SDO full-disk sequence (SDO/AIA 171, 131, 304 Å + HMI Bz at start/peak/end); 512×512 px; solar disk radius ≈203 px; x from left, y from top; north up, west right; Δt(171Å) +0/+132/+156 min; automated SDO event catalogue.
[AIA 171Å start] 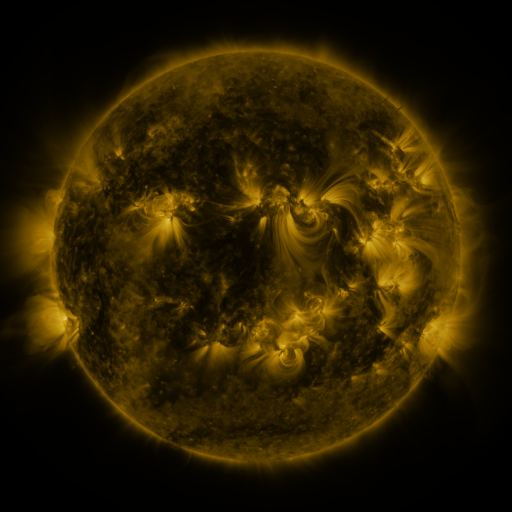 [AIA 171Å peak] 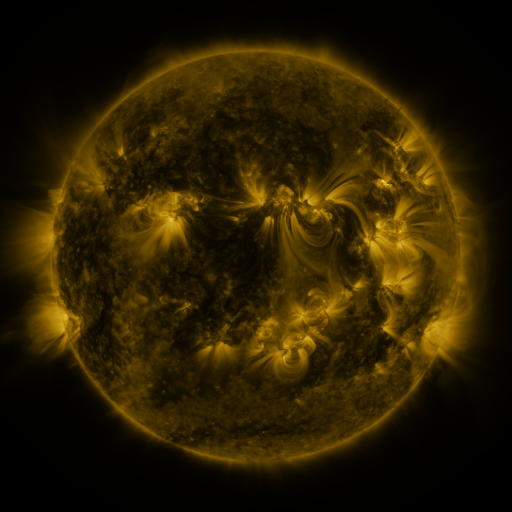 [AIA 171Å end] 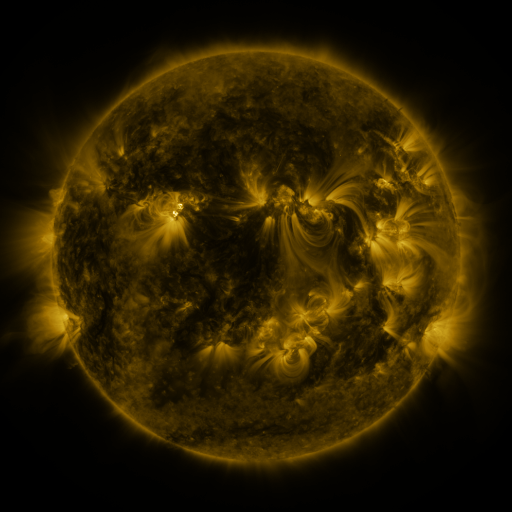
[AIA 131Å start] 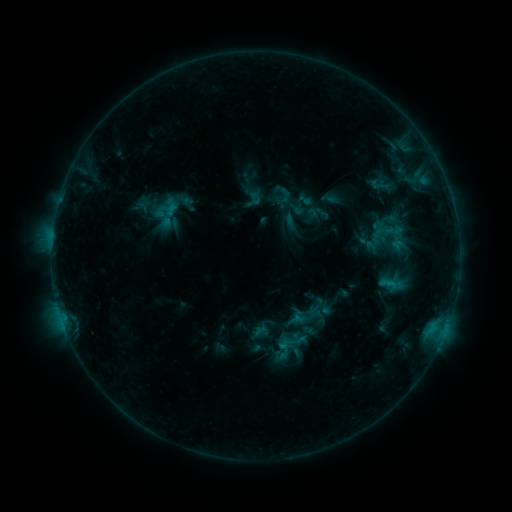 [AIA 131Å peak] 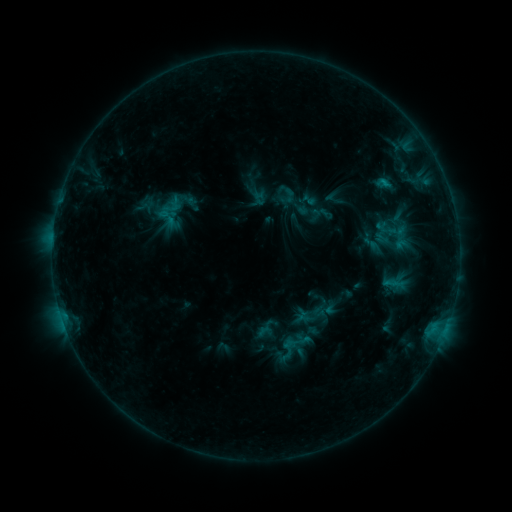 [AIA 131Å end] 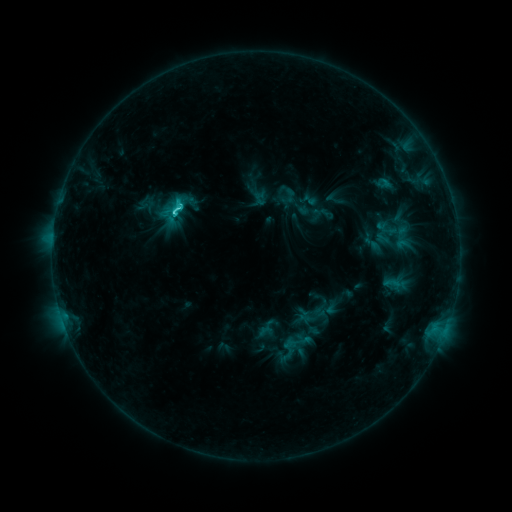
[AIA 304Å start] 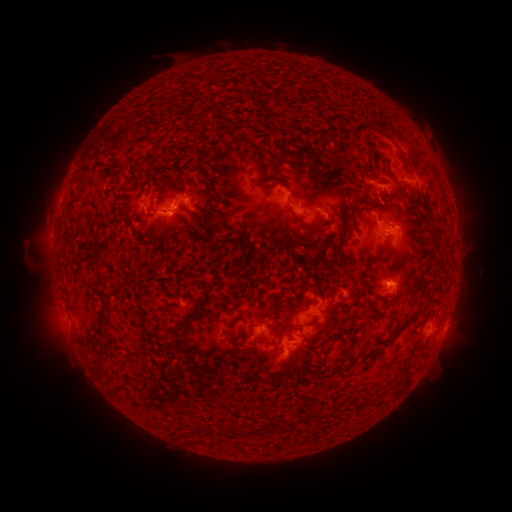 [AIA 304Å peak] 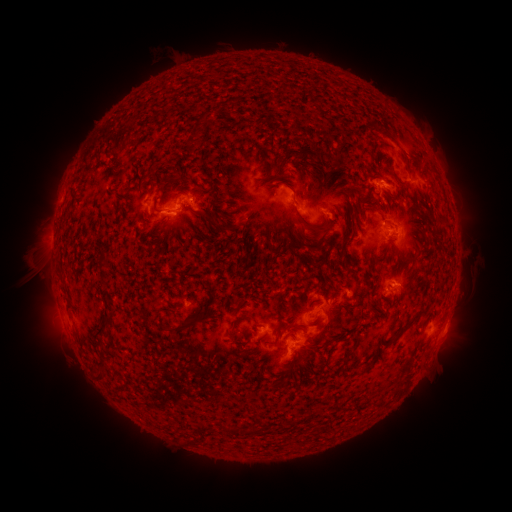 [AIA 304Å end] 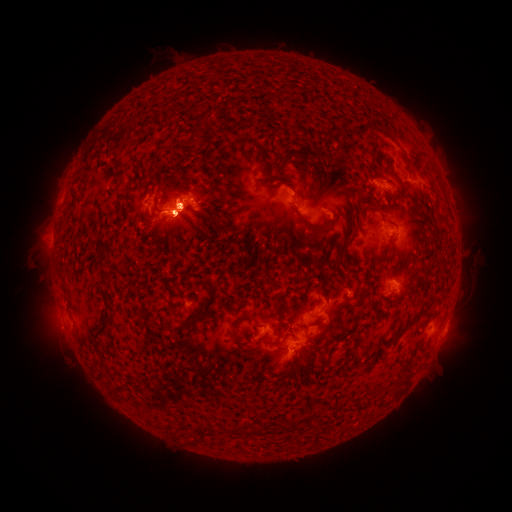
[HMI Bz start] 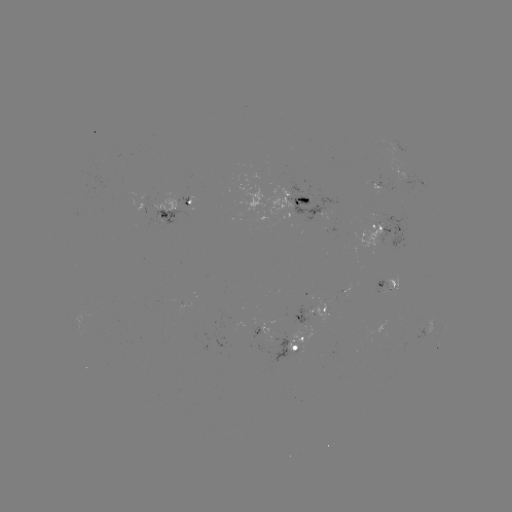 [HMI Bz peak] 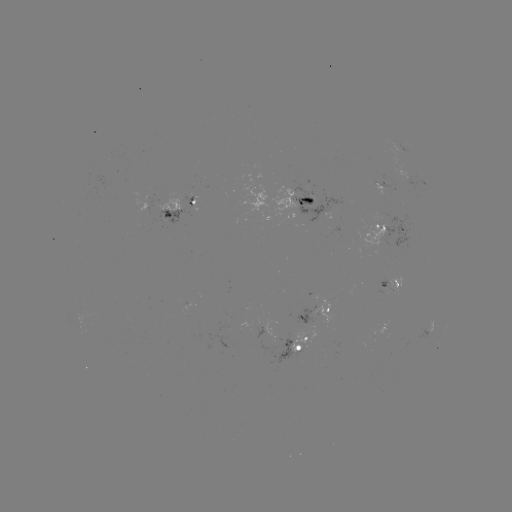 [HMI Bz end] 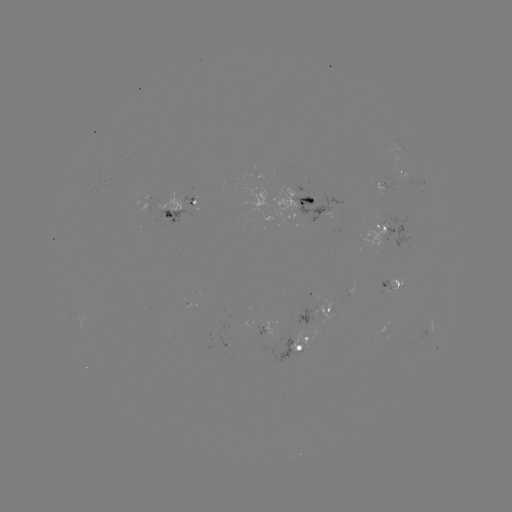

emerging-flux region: (291, 190, 345, 228)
